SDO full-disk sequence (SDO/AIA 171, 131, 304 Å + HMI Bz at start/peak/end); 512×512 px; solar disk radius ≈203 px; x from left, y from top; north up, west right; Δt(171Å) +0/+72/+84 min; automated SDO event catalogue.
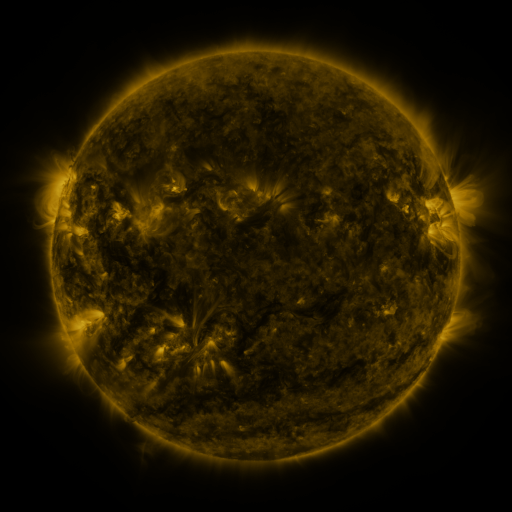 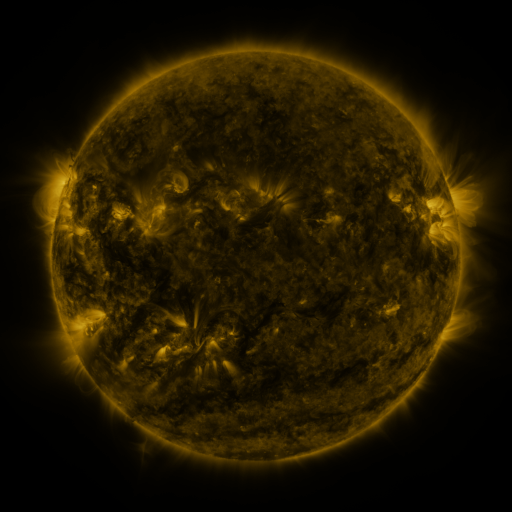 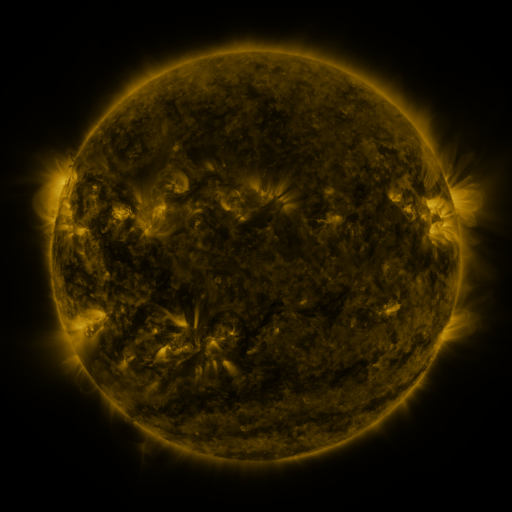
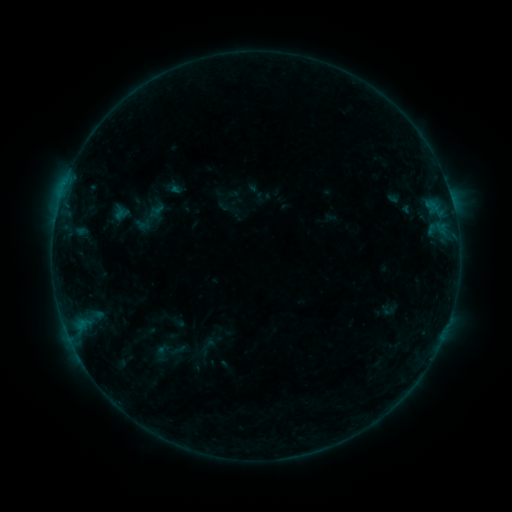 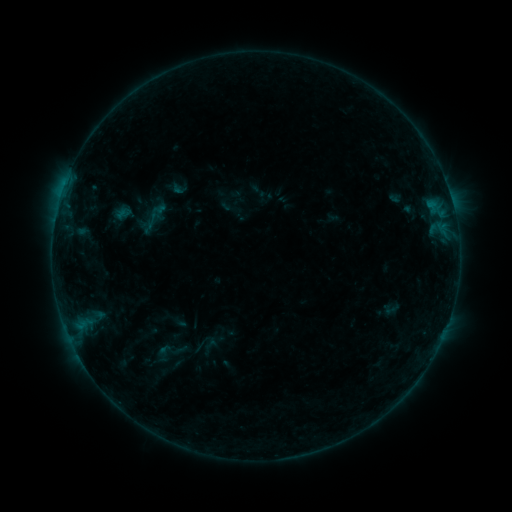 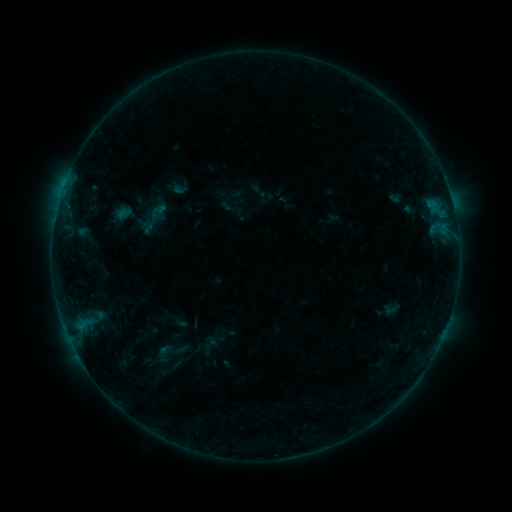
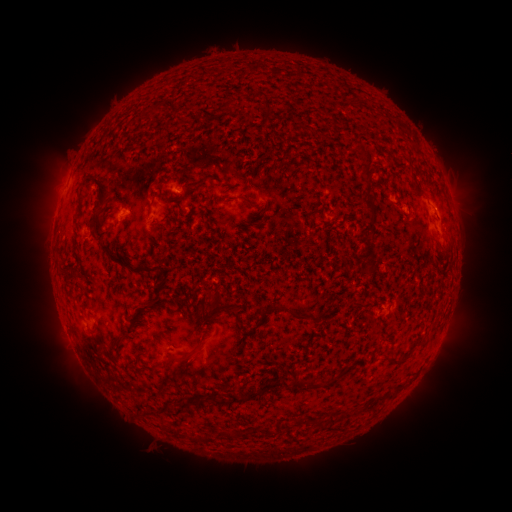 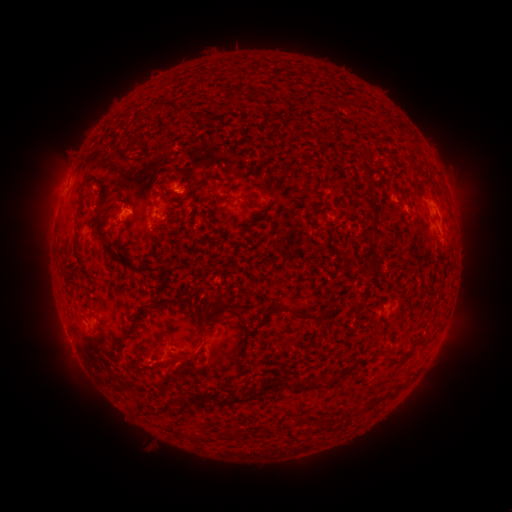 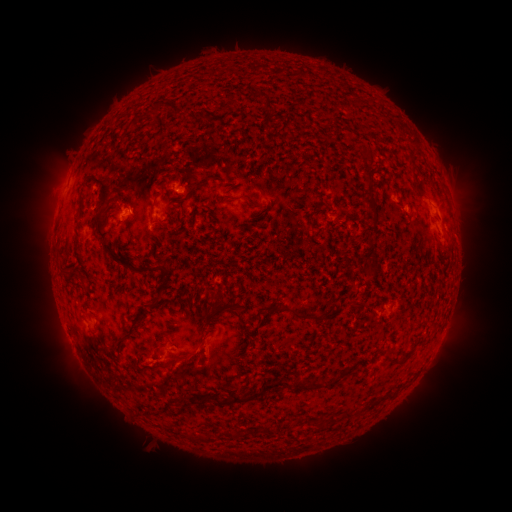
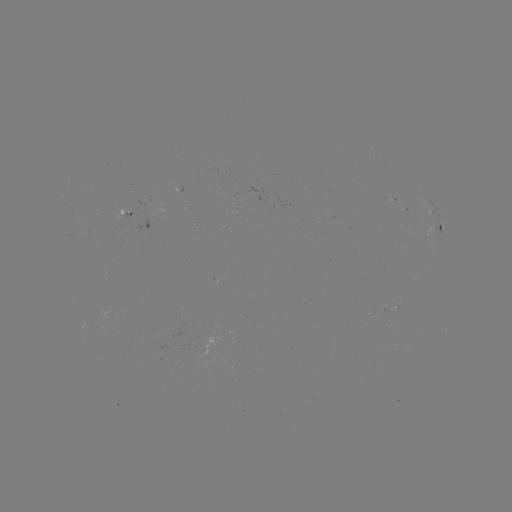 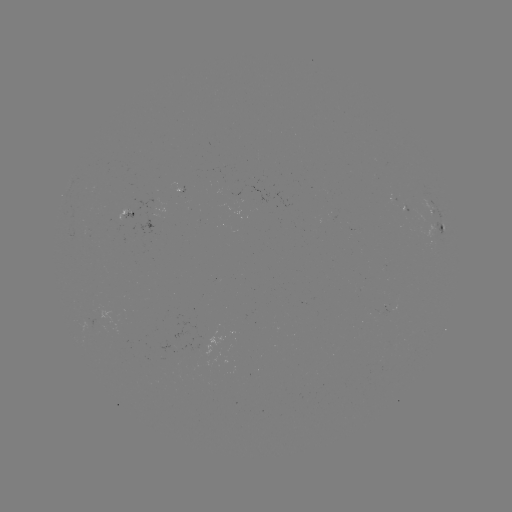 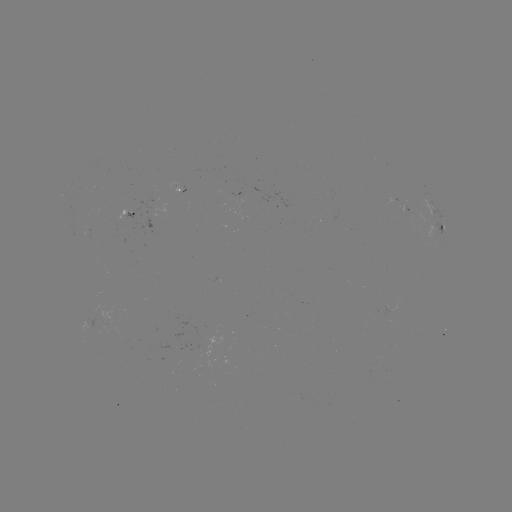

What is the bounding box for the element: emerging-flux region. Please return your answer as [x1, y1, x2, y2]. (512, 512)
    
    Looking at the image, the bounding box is [178, 186, 187, 204].